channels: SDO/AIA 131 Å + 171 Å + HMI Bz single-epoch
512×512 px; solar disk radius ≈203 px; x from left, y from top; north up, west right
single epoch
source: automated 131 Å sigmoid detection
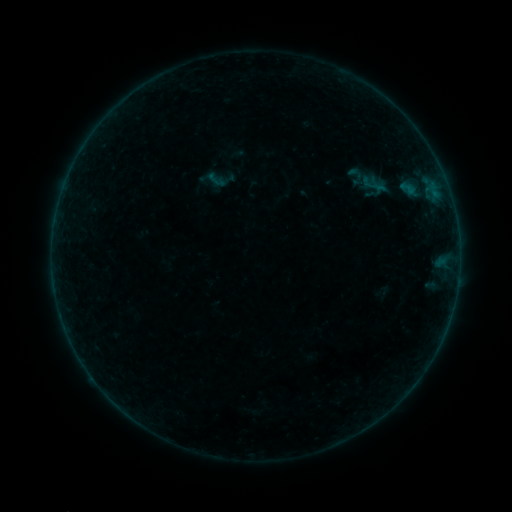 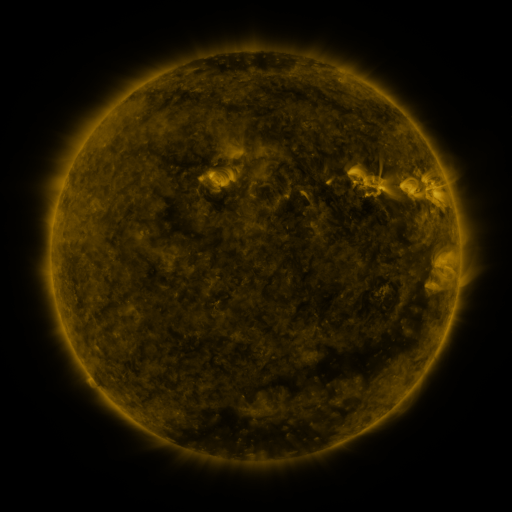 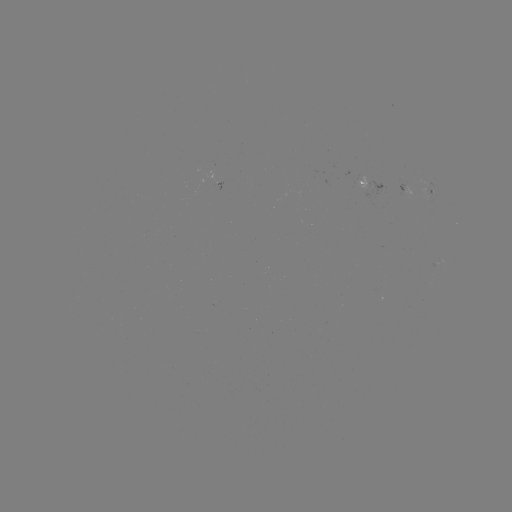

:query sigmoid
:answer (216, 180)